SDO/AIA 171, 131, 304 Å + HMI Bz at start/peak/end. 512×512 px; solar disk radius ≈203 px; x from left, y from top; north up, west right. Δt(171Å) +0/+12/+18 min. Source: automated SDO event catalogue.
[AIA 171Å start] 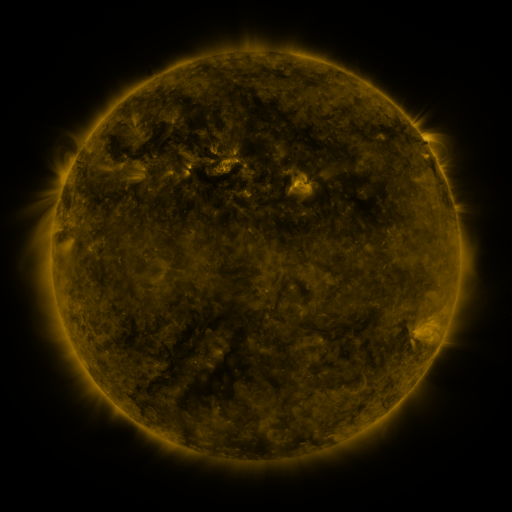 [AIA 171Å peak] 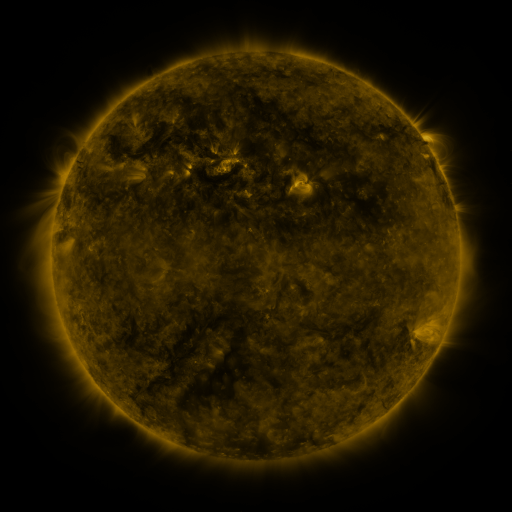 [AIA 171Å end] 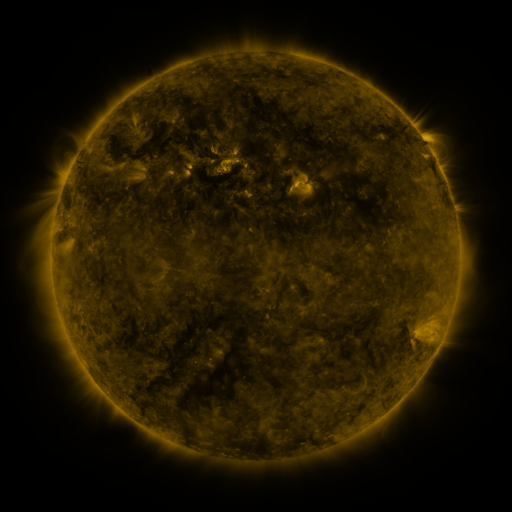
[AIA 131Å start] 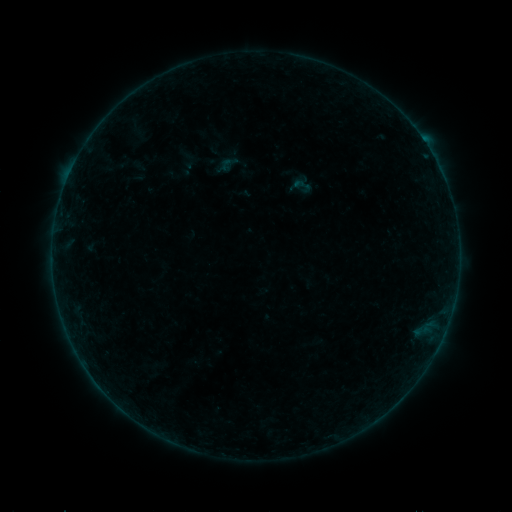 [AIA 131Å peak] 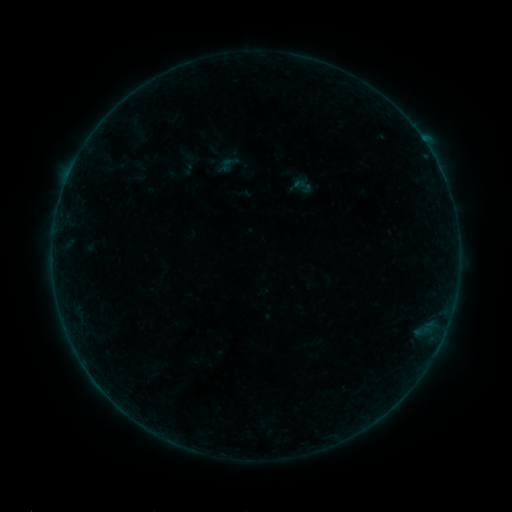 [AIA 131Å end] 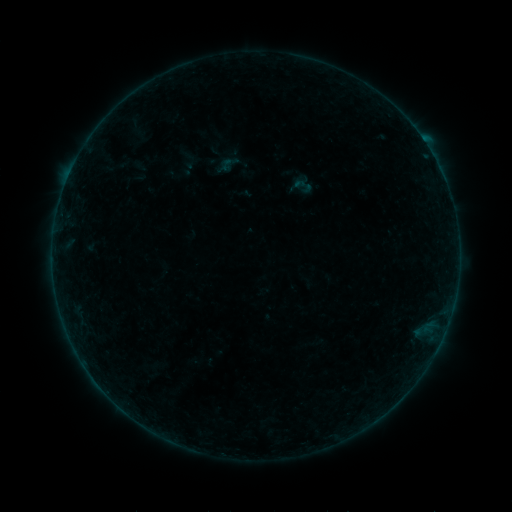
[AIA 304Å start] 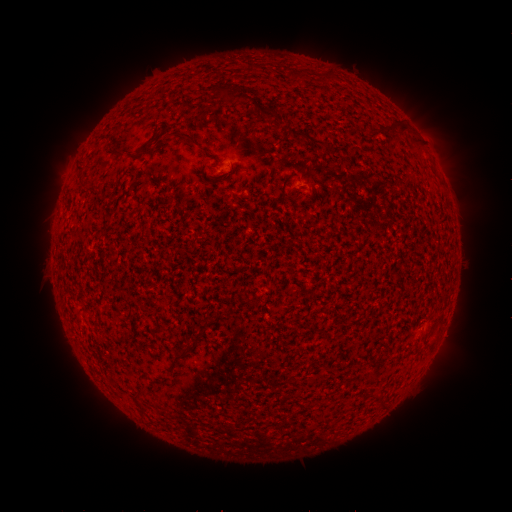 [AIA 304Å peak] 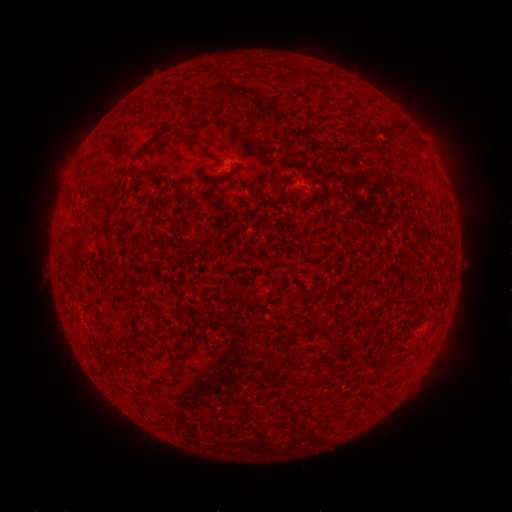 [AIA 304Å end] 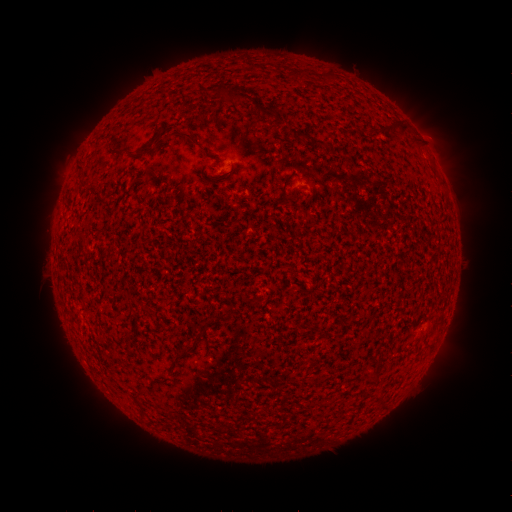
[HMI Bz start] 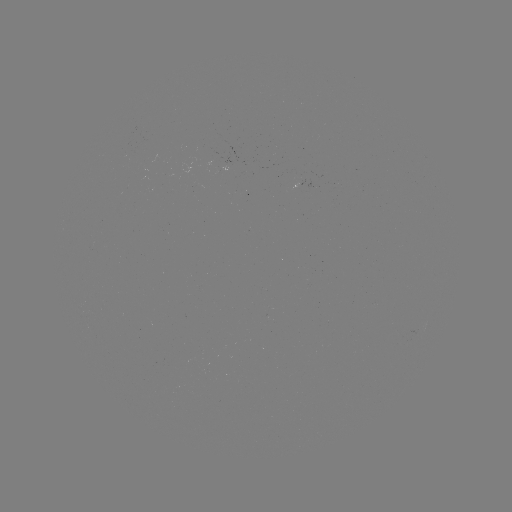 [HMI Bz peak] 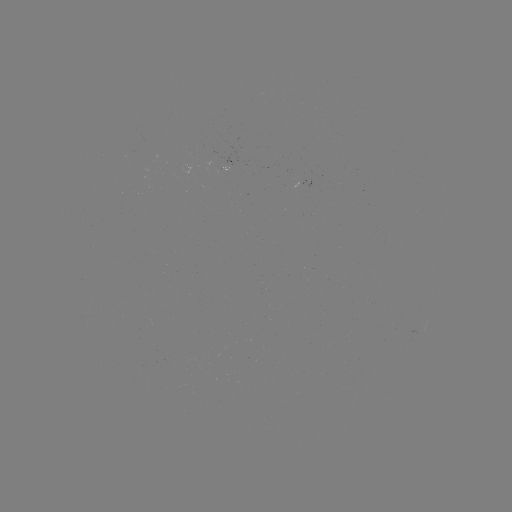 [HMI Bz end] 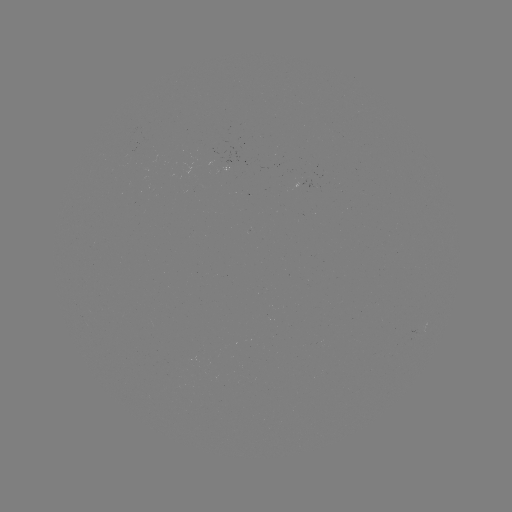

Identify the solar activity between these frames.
no classed flare was catalogued and no EUV brightening was flagged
